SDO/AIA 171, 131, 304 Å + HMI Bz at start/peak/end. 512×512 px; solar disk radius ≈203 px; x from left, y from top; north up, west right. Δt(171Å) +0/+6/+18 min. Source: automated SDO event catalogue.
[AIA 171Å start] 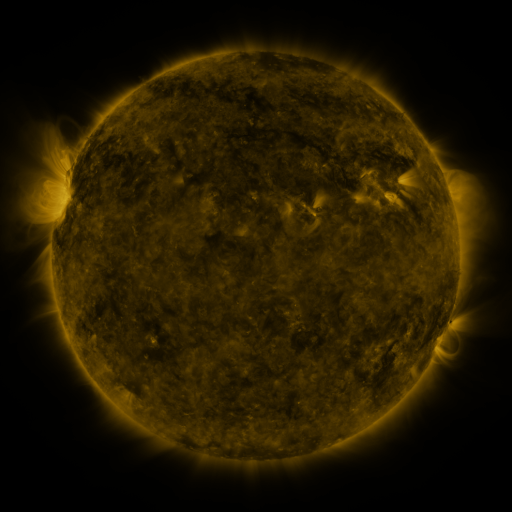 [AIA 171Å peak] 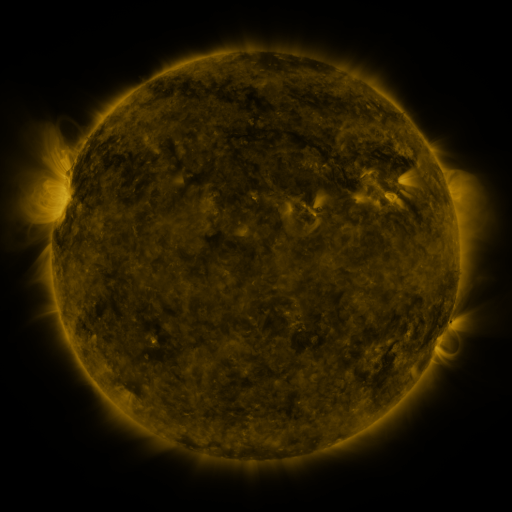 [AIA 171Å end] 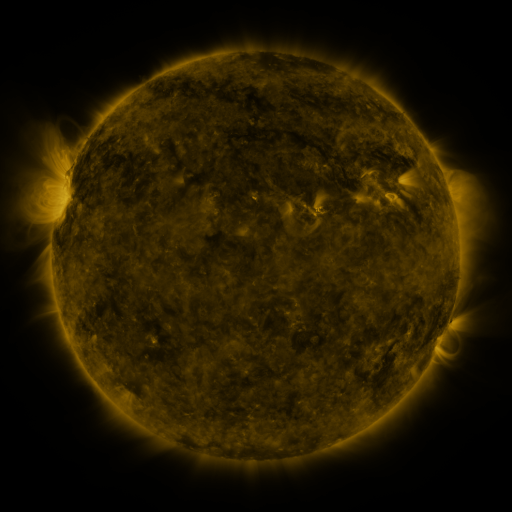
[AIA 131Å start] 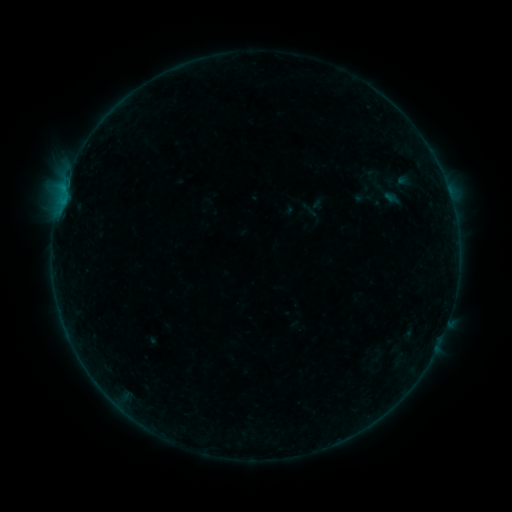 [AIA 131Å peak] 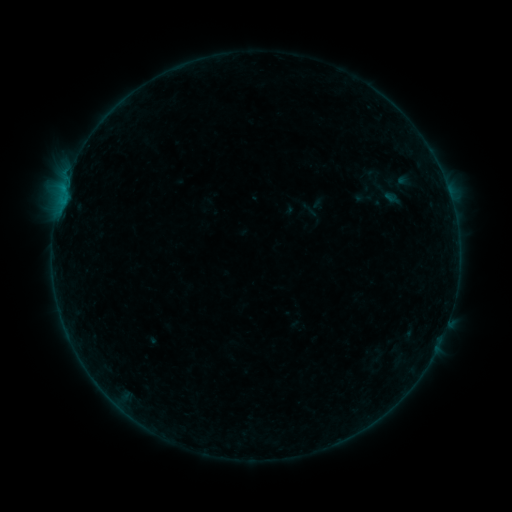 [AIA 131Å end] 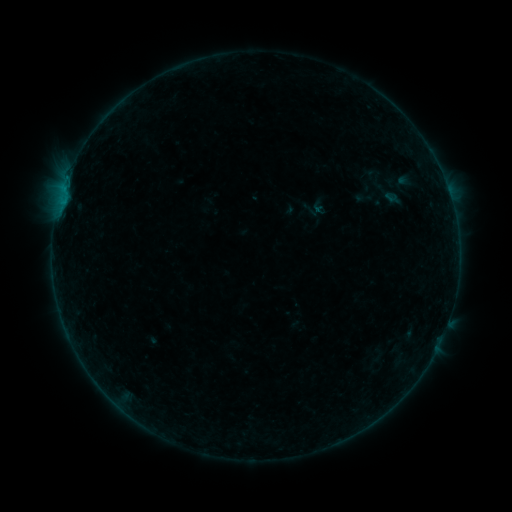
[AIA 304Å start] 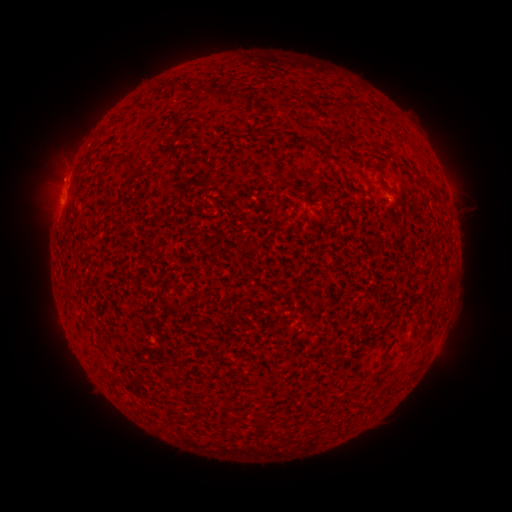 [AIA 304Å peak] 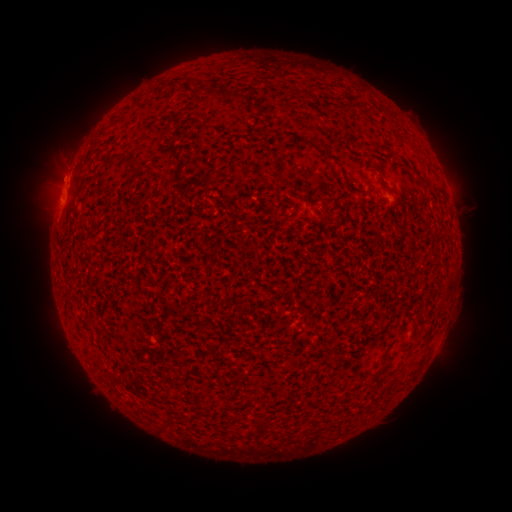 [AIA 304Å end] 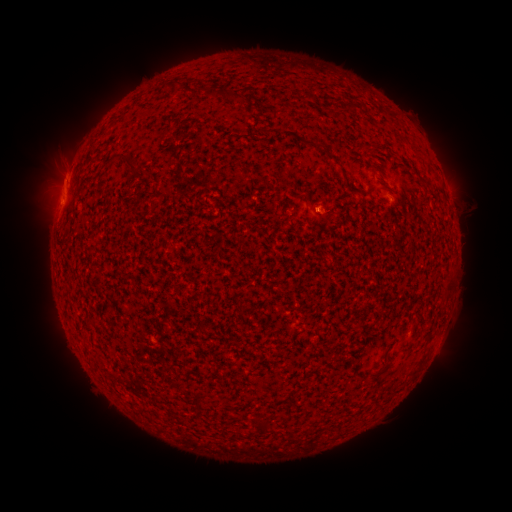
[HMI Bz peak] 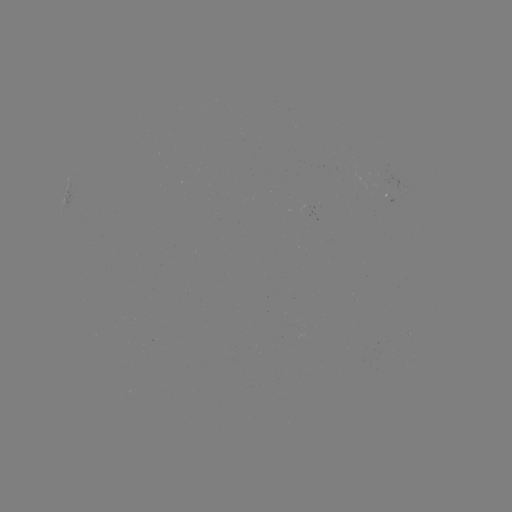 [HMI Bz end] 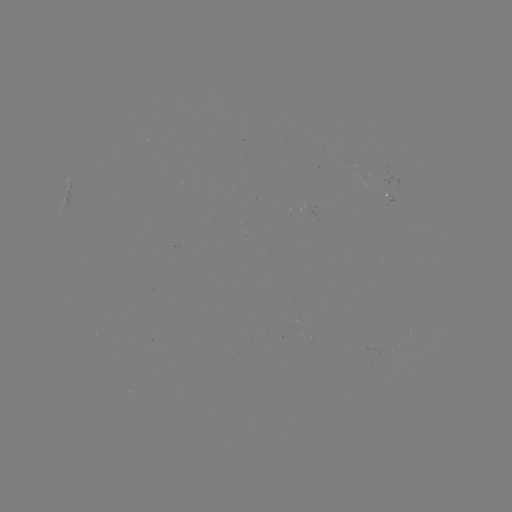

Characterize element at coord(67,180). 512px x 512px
B3.0 flare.